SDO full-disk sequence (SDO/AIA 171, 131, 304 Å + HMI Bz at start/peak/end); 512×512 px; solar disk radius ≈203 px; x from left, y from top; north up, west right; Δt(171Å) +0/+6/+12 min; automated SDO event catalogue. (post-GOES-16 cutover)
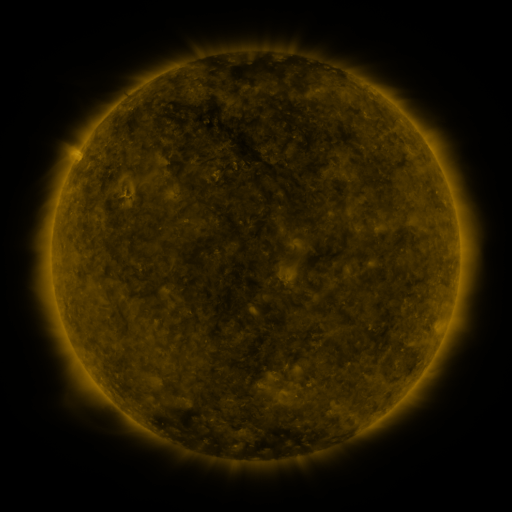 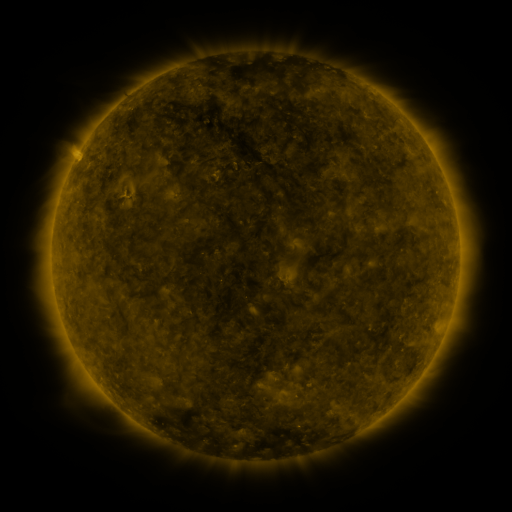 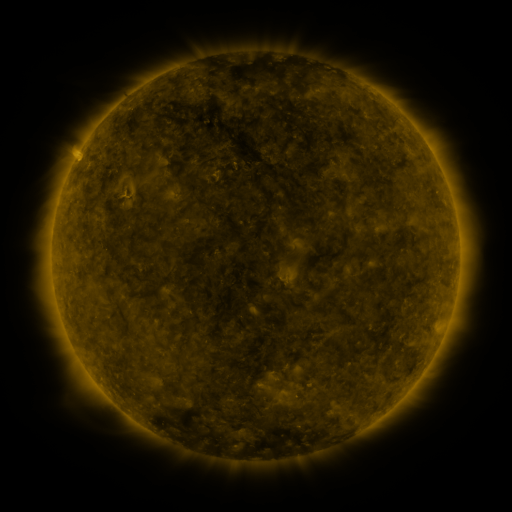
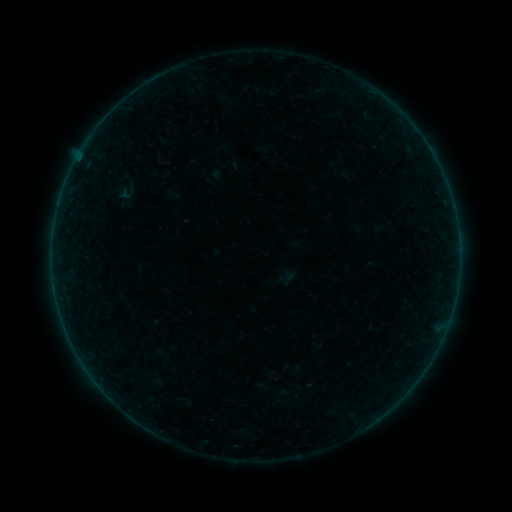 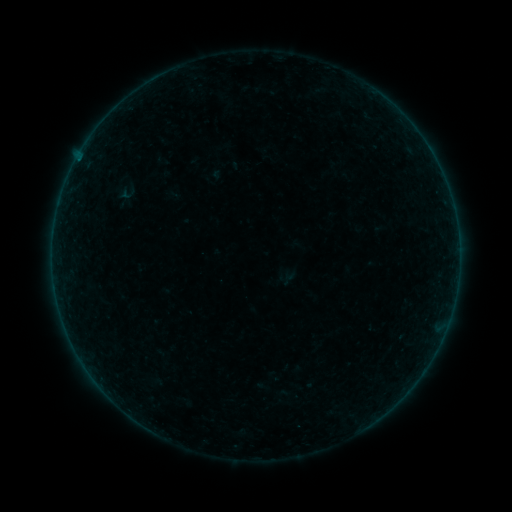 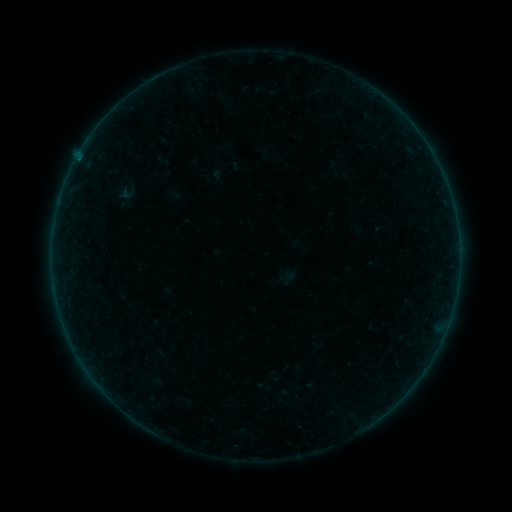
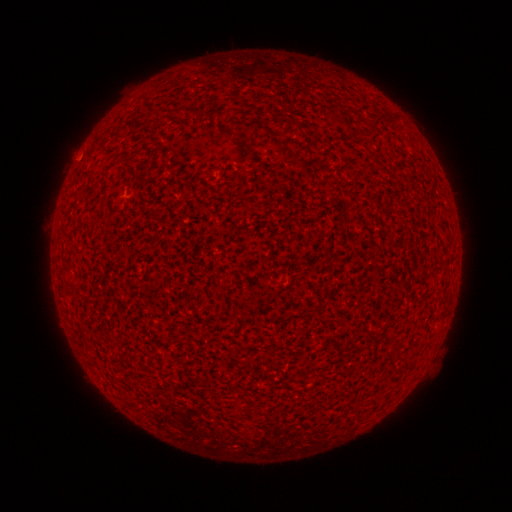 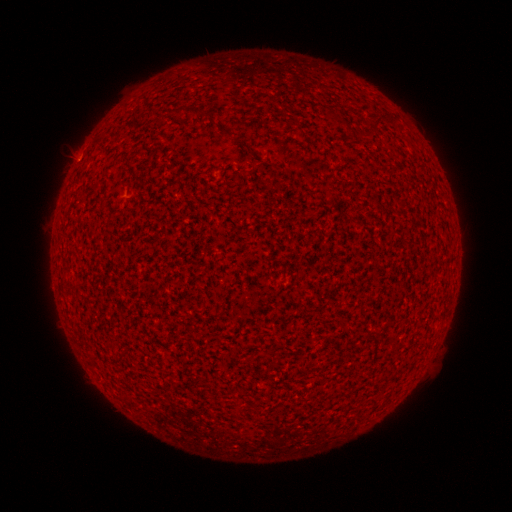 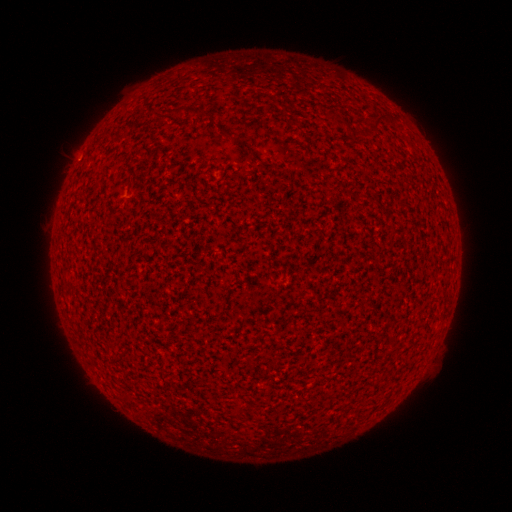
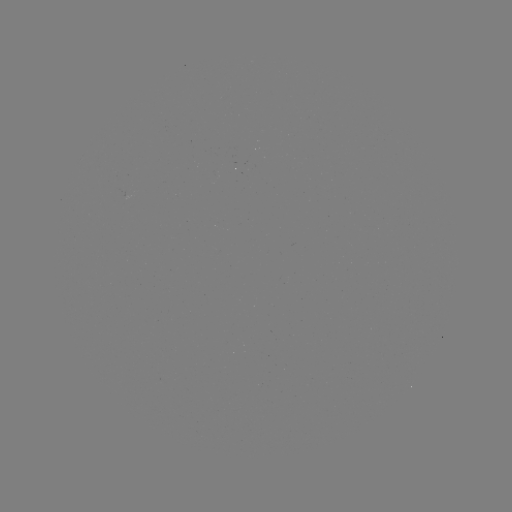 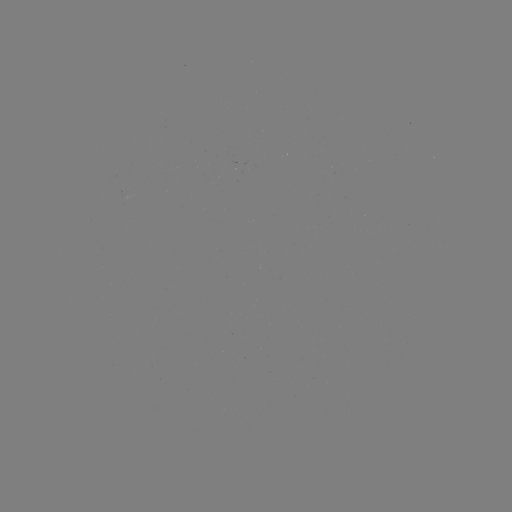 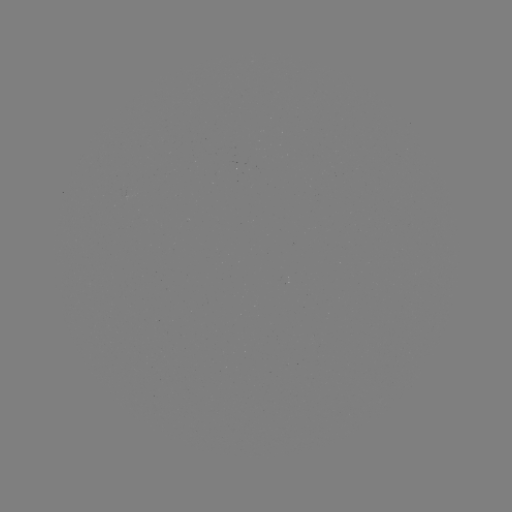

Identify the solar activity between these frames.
A1.9 flare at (78, 161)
